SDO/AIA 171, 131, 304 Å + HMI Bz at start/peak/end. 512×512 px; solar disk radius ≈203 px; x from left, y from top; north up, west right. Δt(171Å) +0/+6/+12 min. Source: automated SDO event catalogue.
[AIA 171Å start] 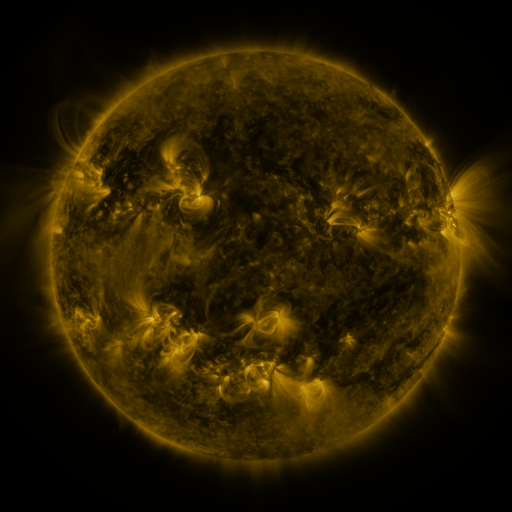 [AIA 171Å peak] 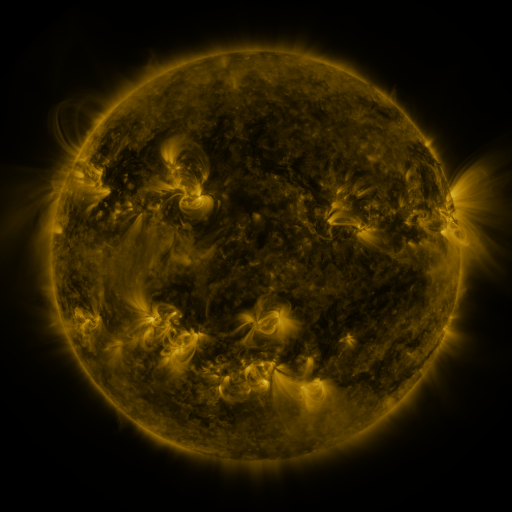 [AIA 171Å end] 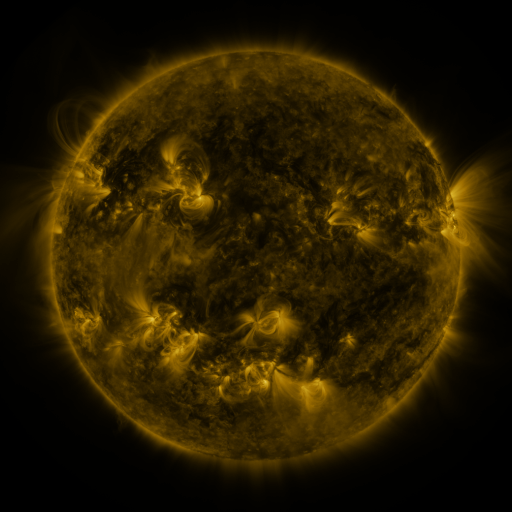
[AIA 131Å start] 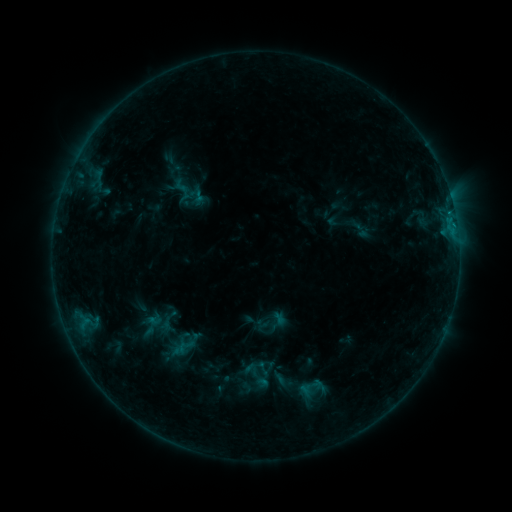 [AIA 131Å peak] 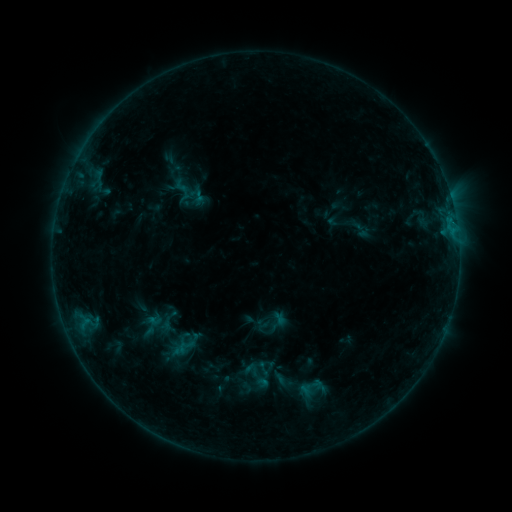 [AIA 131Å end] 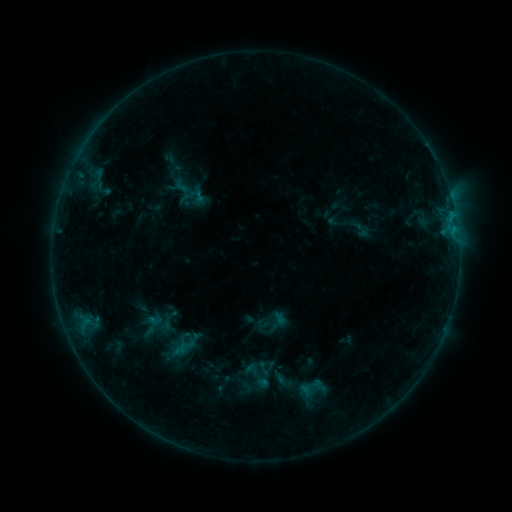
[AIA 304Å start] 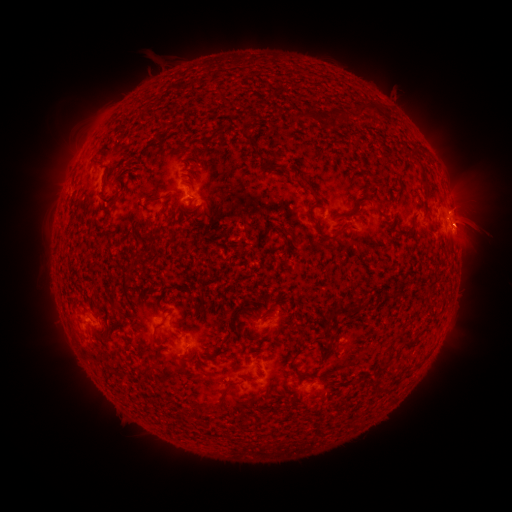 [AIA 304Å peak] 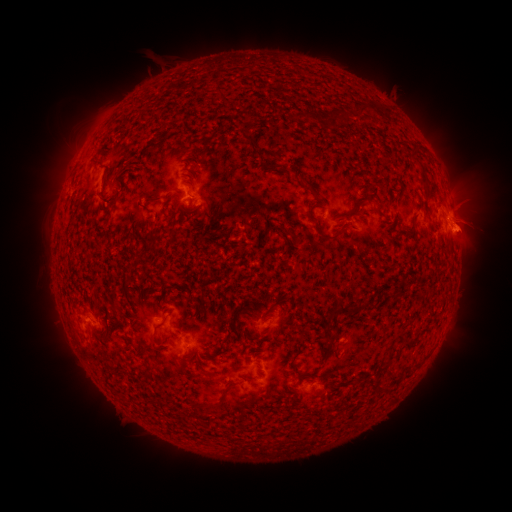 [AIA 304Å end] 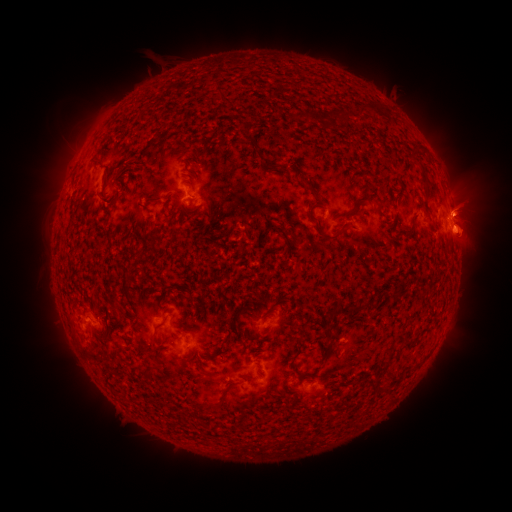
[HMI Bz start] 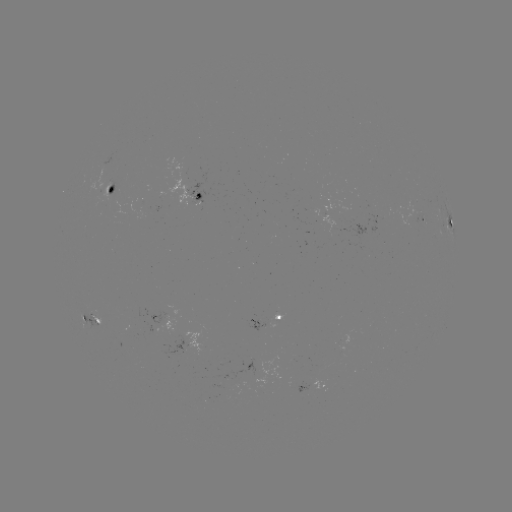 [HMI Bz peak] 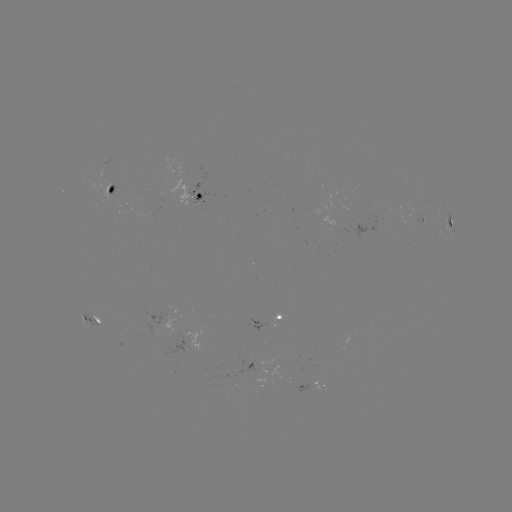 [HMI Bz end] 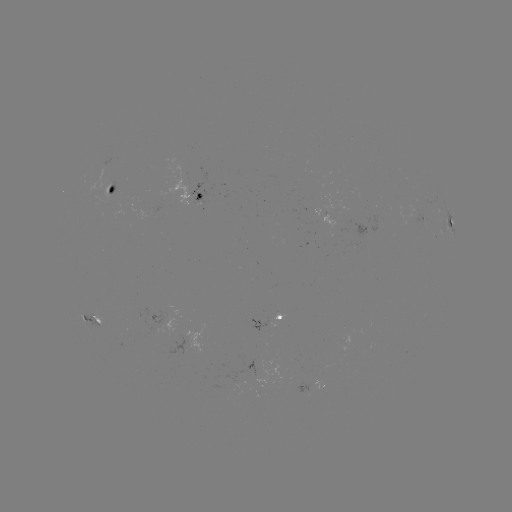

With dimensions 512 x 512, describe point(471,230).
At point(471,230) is eruption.